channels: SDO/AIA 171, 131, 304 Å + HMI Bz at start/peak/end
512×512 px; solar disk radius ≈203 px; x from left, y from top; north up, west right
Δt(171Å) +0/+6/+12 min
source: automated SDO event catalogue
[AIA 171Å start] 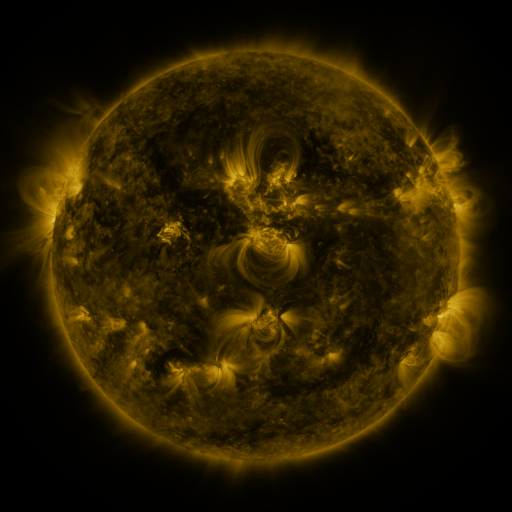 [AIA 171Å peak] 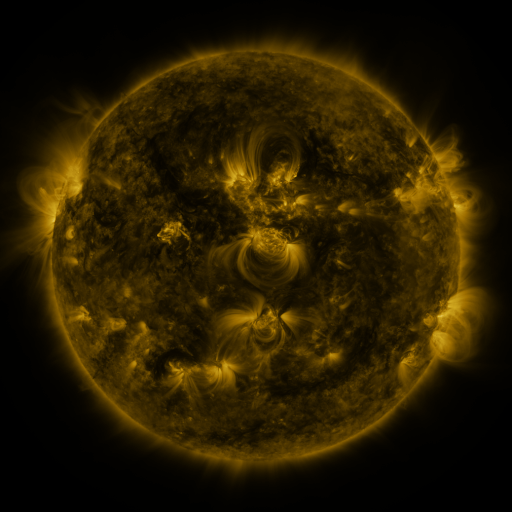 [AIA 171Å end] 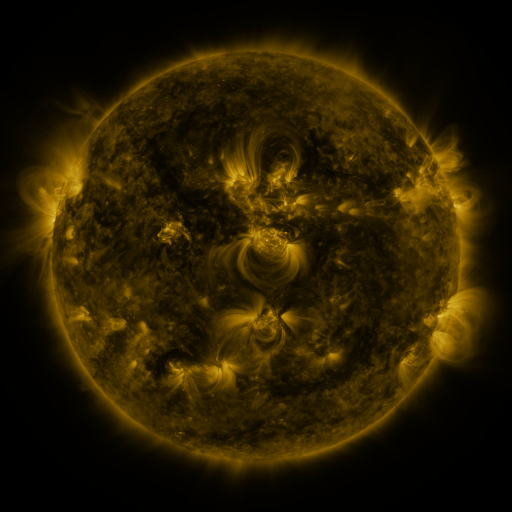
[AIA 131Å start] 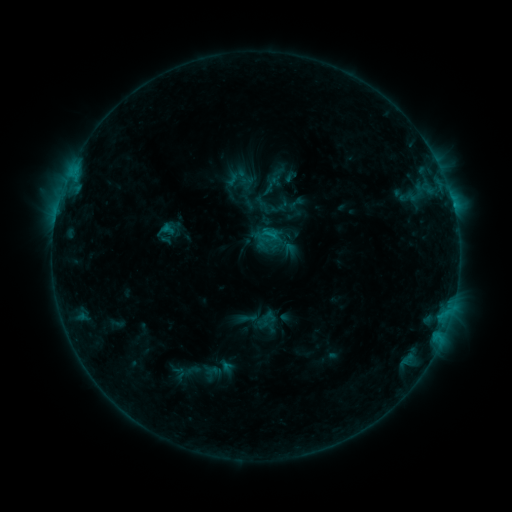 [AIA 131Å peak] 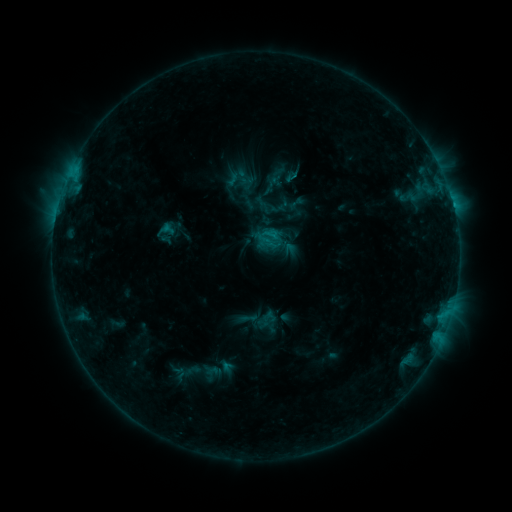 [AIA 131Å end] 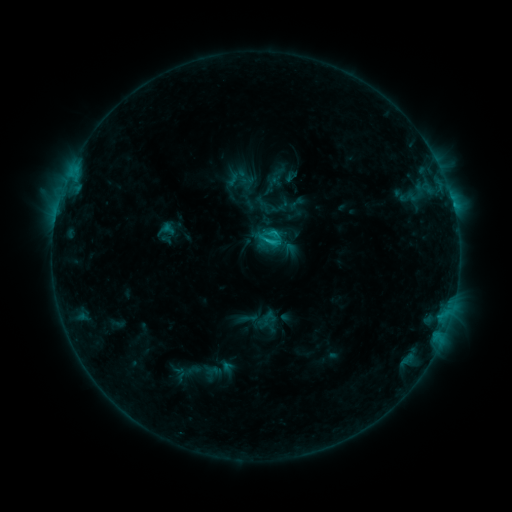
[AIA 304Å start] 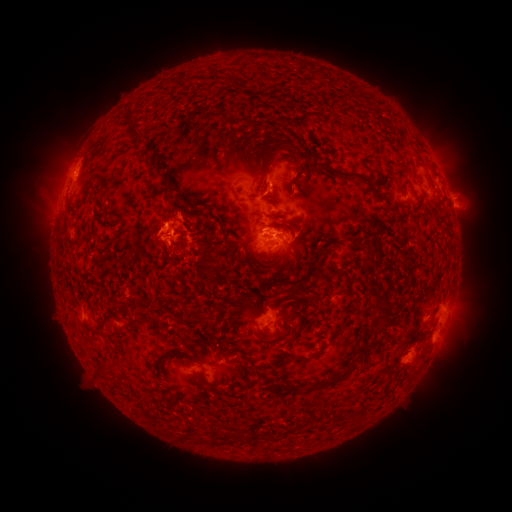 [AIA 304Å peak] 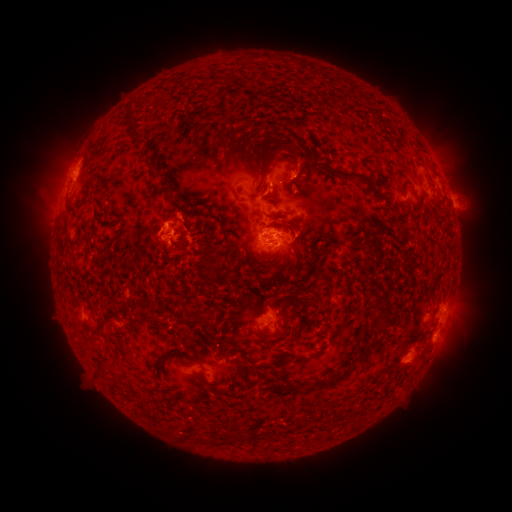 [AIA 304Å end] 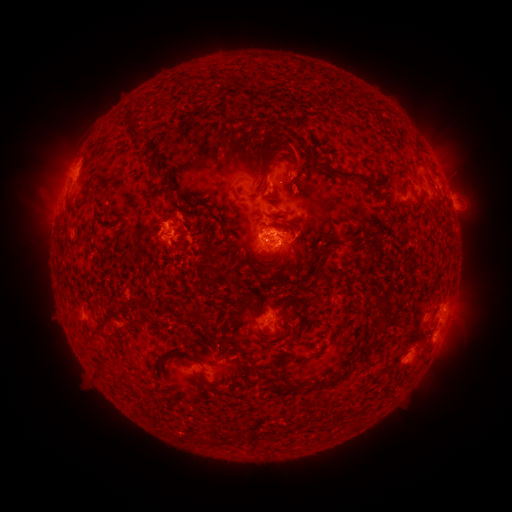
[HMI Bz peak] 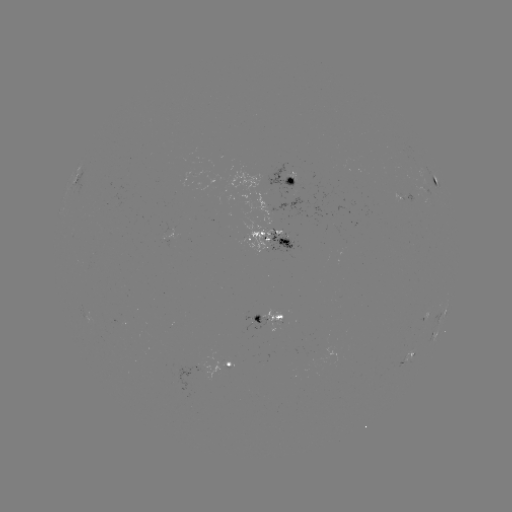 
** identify eruption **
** (302, 162) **